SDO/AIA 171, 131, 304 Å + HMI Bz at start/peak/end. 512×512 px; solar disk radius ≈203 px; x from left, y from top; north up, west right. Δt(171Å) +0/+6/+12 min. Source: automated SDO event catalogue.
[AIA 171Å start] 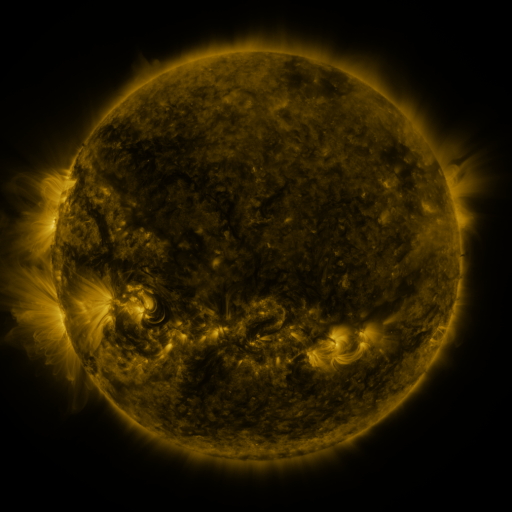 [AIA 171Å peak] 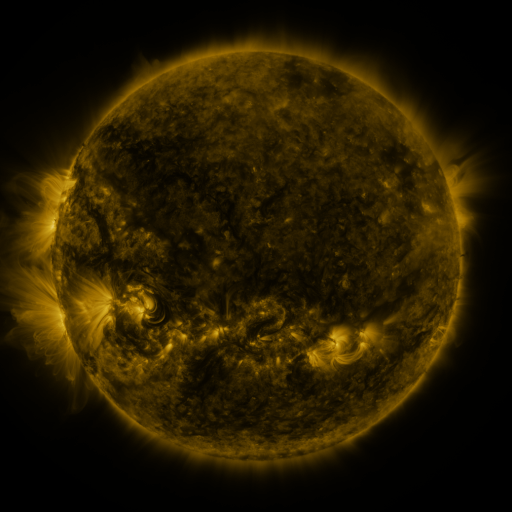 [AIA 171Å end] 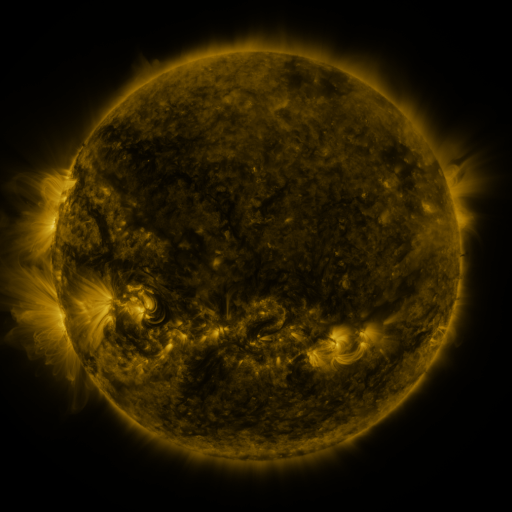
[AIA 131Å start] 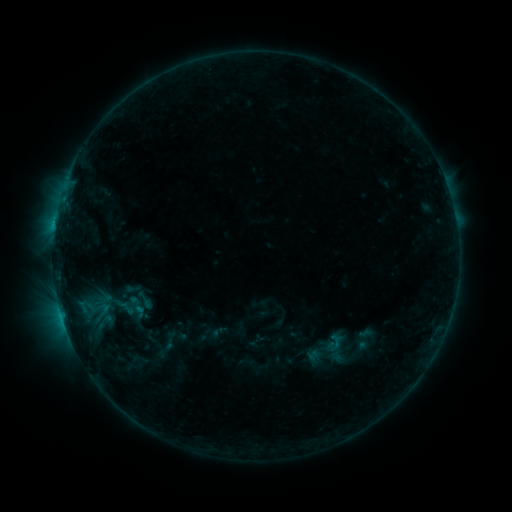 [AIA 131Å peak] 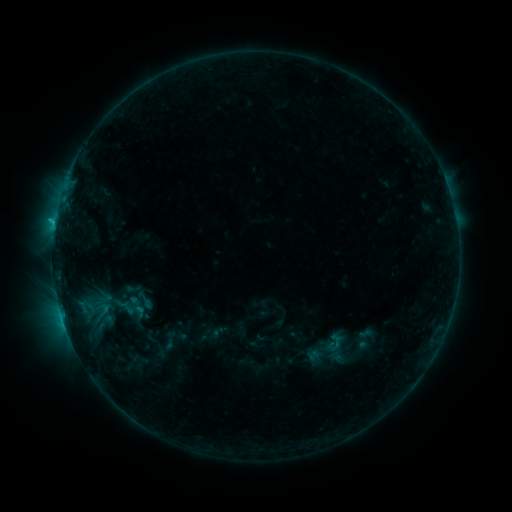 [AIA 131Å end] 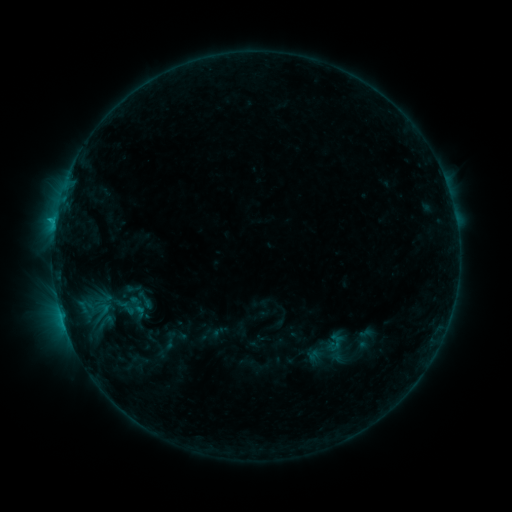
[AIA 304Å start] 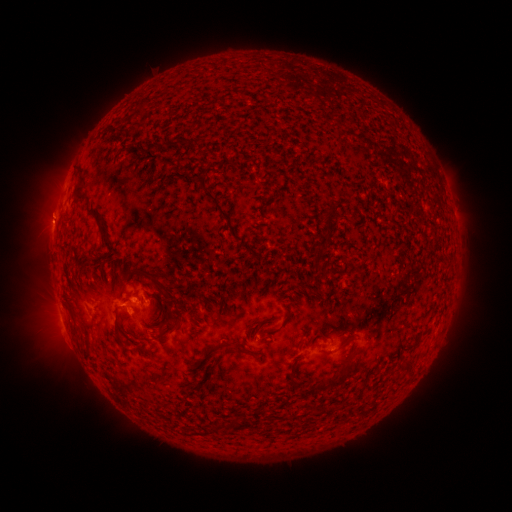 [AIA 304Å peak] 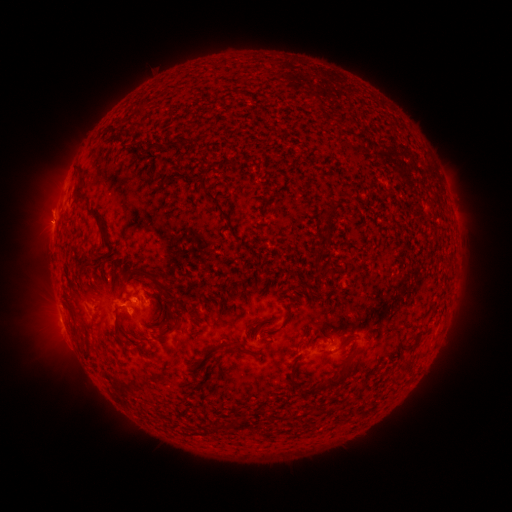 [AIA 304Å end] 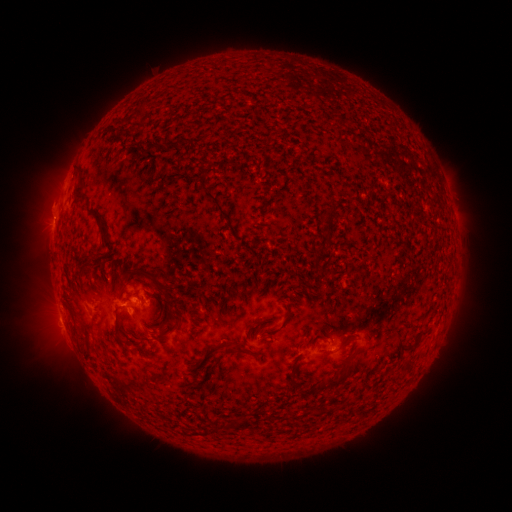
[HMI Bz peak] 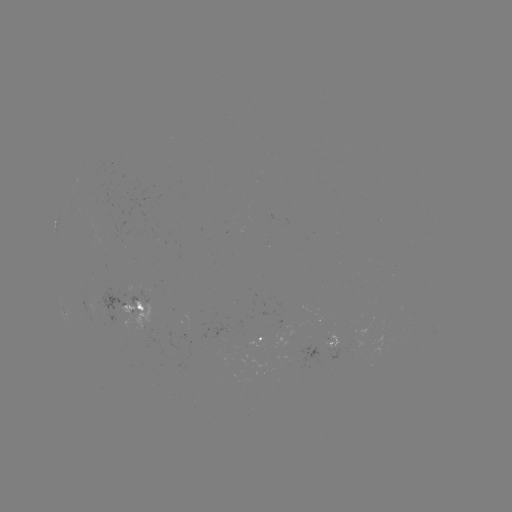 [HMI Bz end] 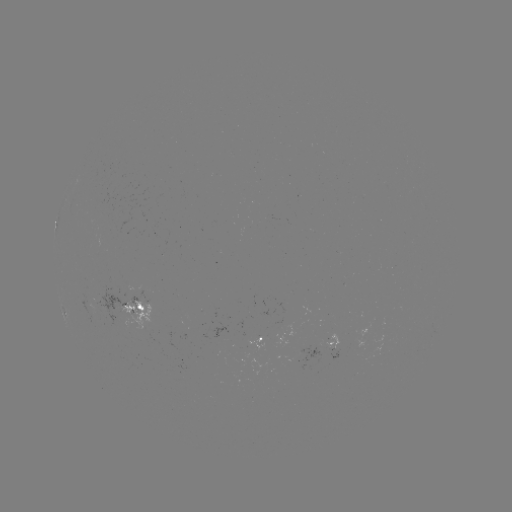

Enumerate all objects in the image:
B7.8 flare: (129, 306)
